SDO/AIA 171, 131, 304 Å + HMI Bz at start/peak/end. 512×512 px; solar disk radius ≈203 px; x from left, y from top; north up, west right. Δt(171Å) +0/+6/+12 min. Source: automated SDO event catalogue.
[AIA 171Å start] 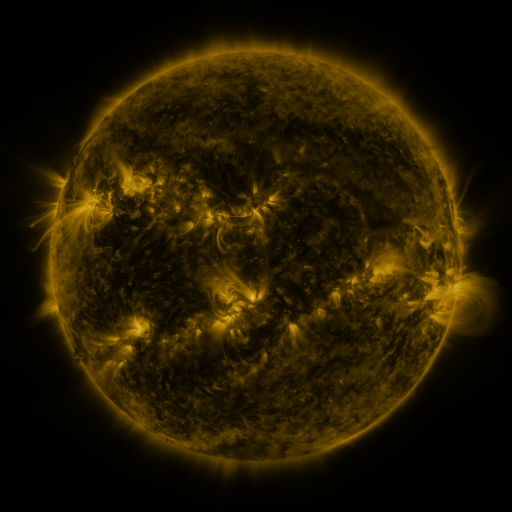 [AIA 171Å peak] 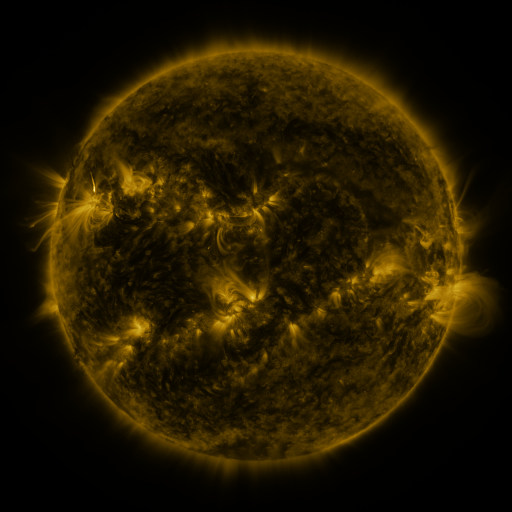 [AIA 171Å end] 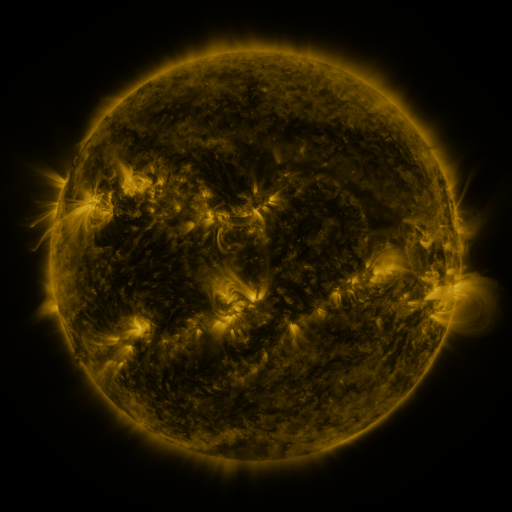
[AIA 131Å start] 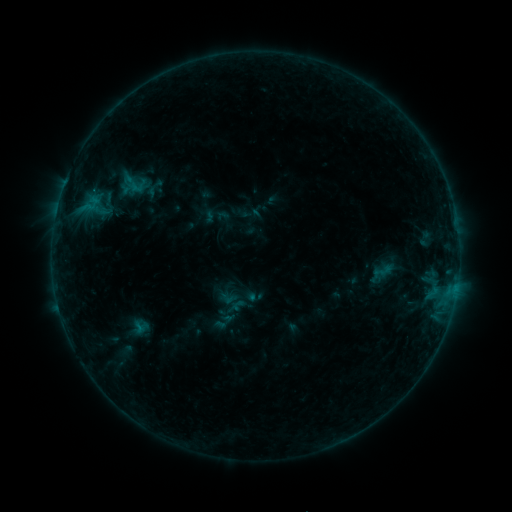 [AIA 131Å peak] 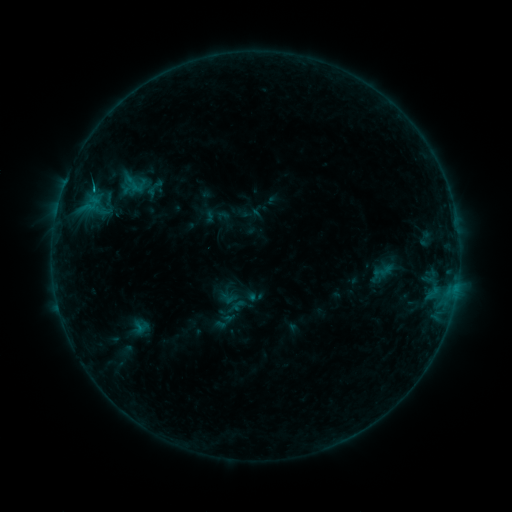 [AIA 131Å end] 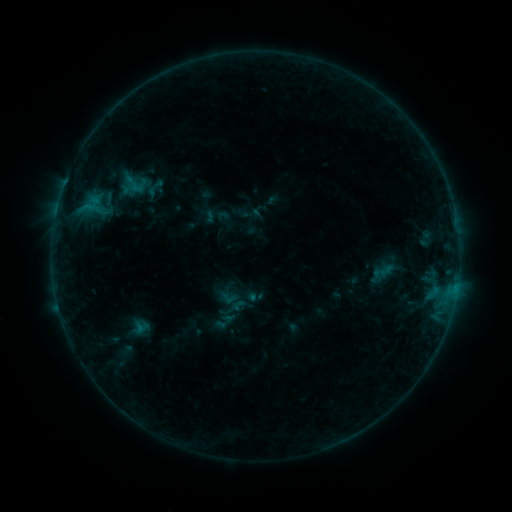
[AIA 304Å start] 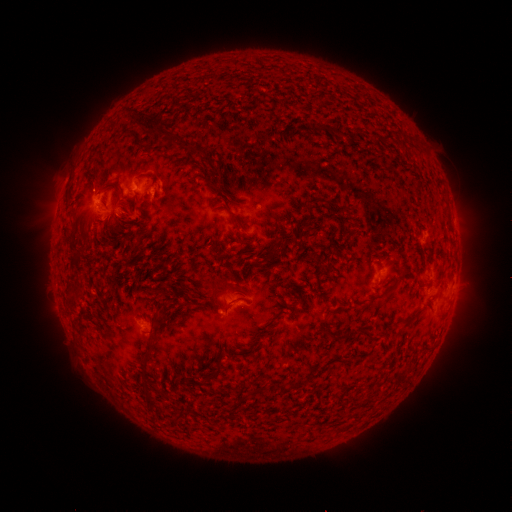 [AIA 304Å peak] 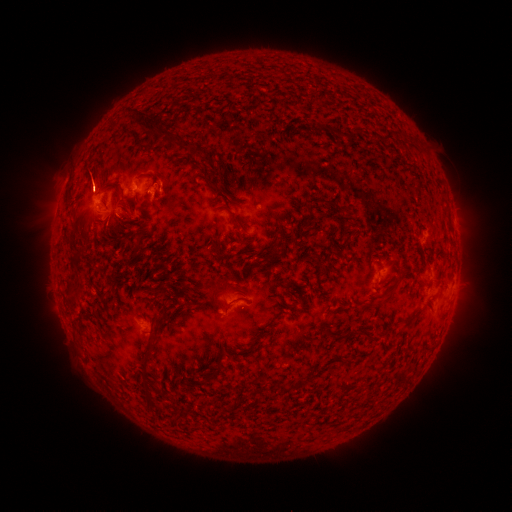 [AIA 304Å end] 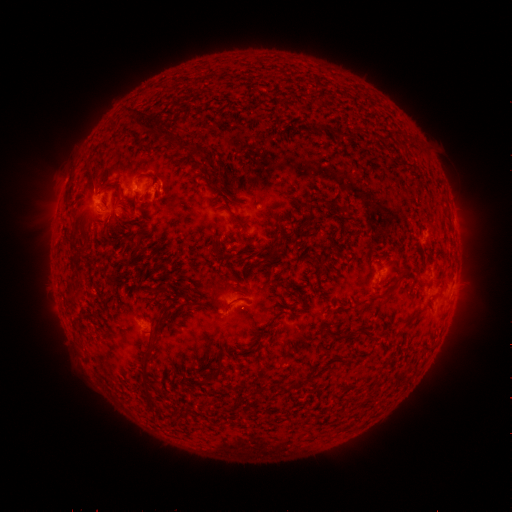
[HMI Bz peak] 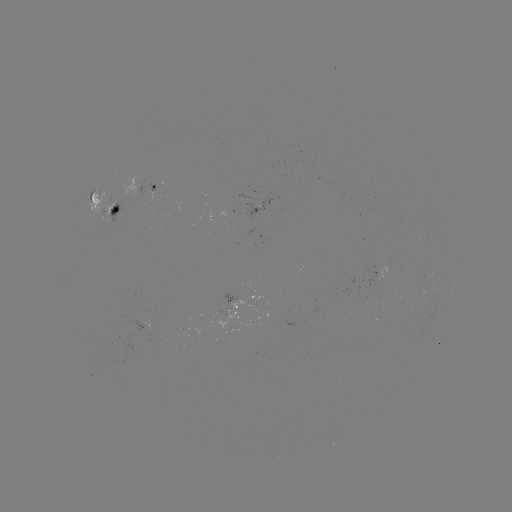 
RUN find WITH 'eruption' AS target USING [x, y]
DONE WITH [93, 176] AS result